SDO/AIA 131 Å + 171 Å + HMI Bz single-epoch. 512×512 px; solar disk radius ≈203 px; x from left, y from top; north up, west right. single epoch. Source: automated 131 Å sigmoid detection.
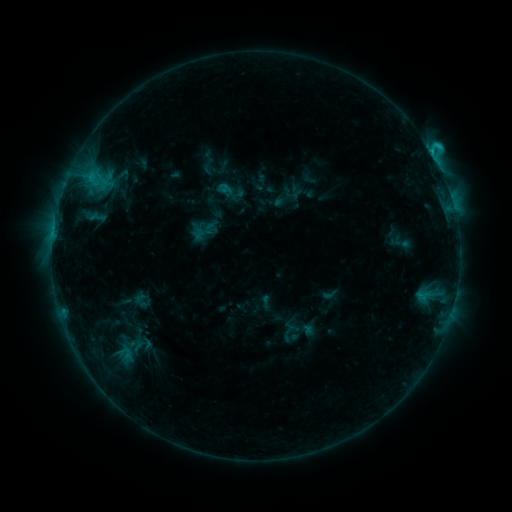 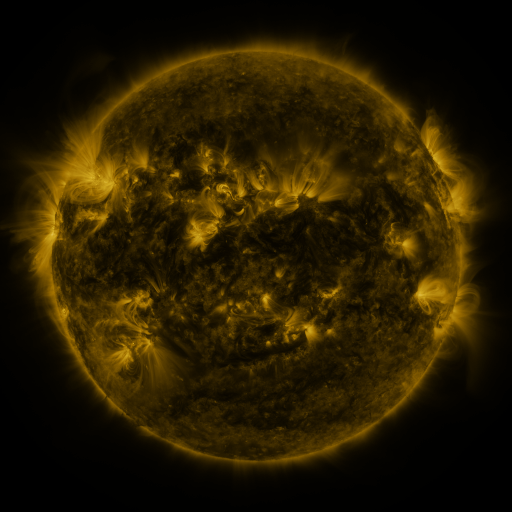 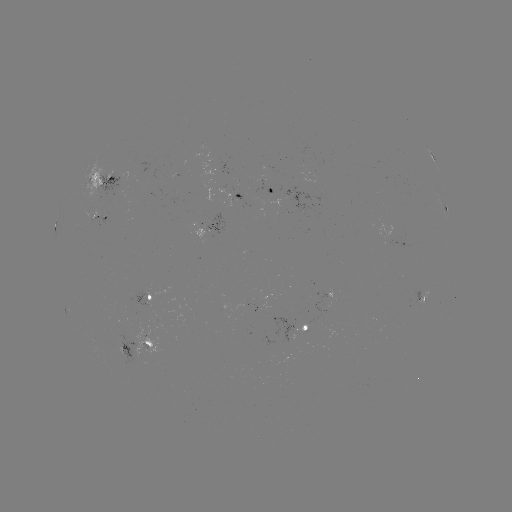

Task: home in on sigmoid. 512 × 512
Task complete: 401,242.